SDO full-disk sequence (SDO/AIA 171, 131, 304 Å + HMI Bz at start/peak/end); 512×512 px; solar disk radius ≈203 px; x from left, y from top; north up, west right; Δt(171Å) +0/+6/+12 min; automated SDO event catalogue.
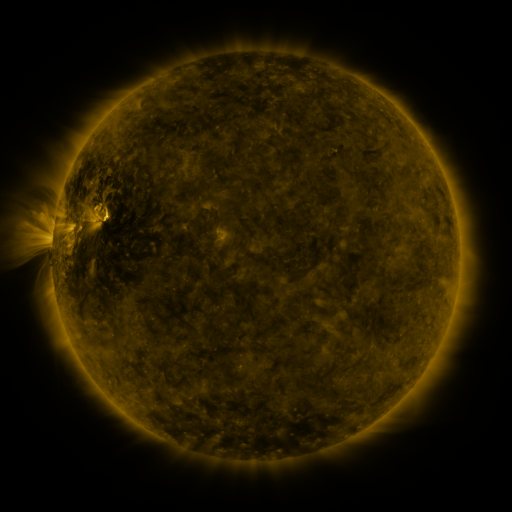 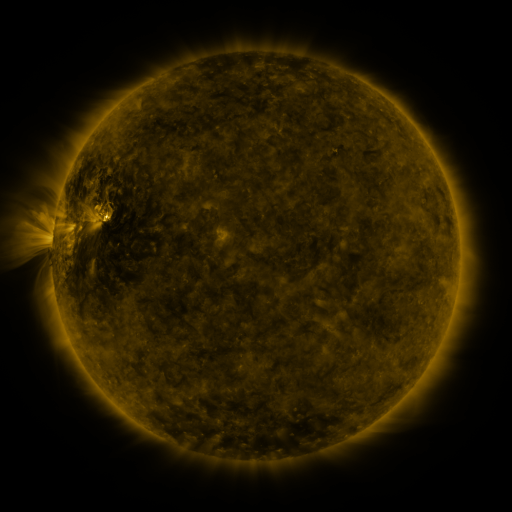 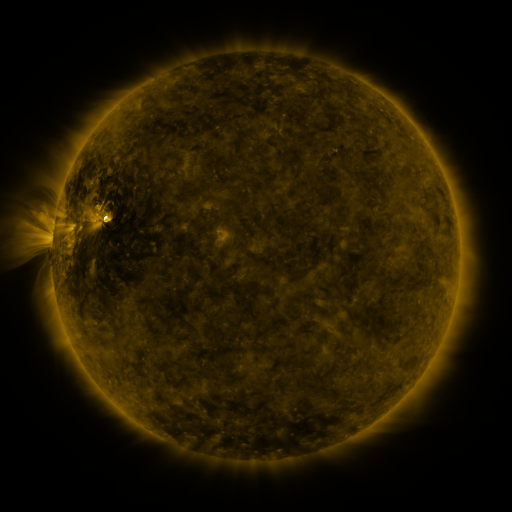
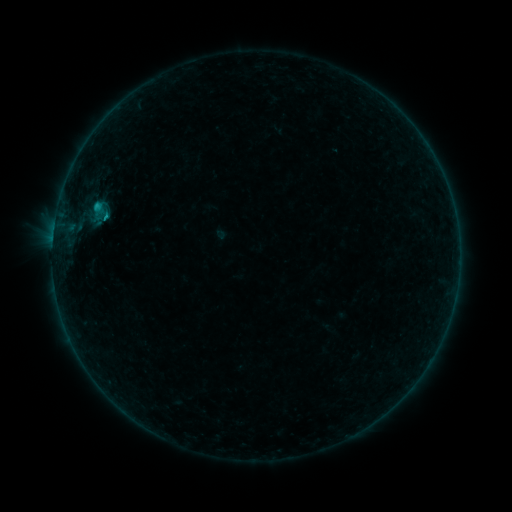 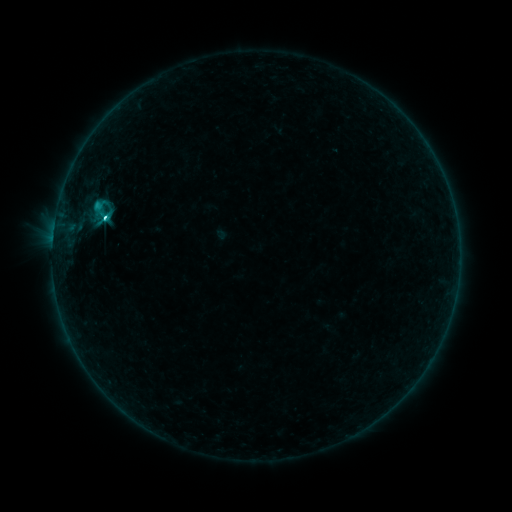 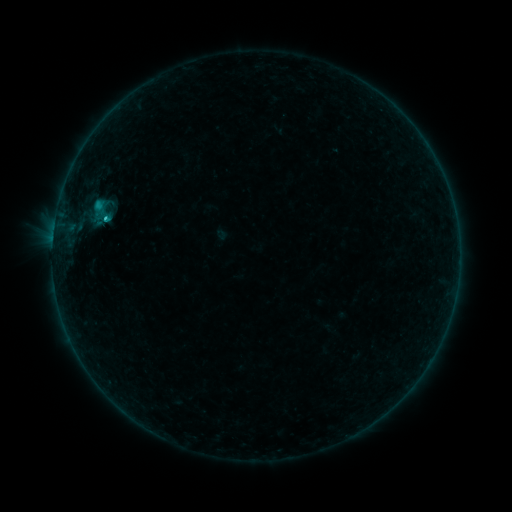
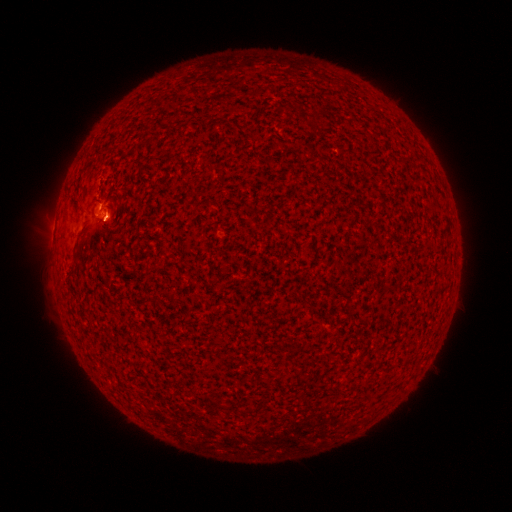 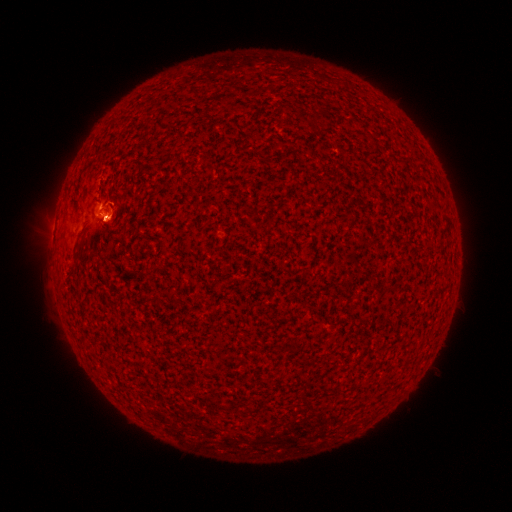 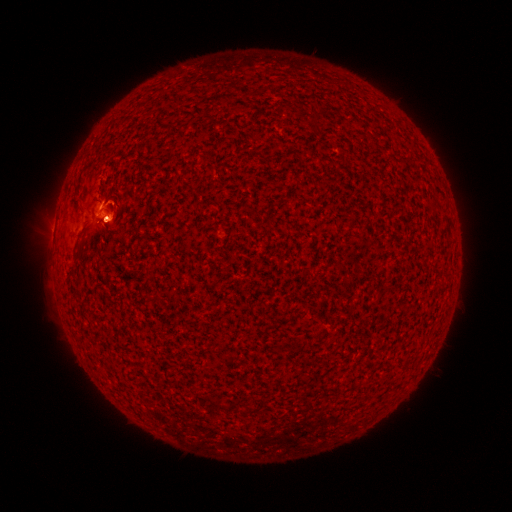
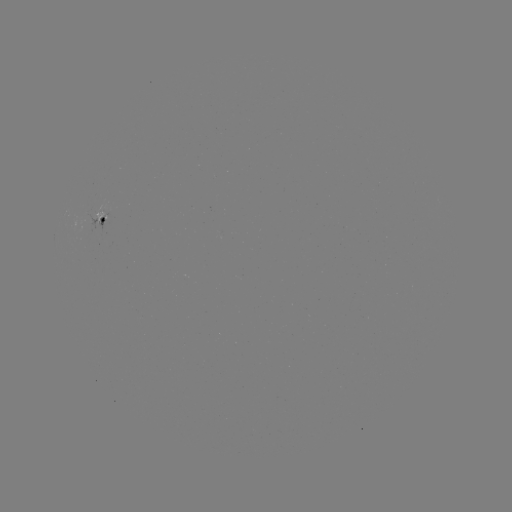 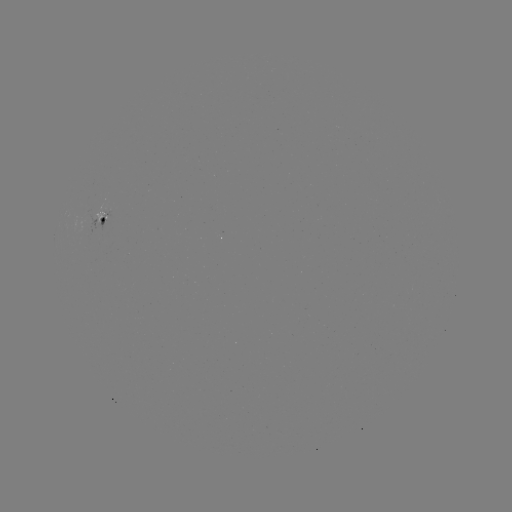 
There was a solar eruption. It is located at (109, 221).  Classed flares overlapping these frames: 1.